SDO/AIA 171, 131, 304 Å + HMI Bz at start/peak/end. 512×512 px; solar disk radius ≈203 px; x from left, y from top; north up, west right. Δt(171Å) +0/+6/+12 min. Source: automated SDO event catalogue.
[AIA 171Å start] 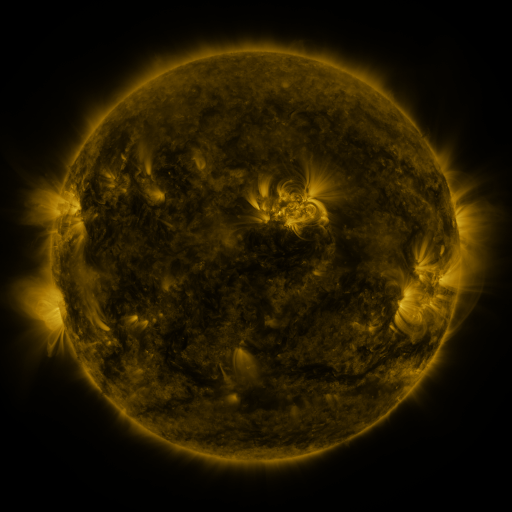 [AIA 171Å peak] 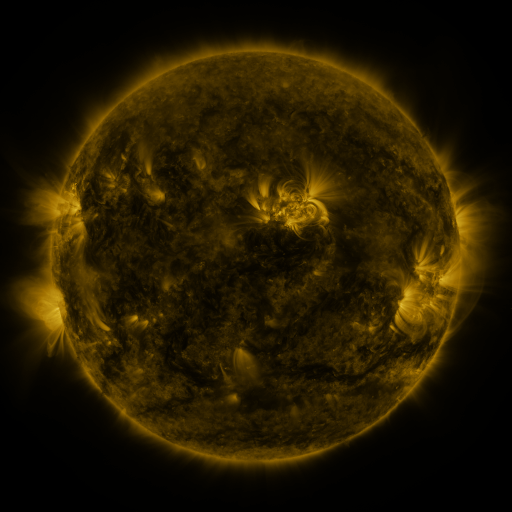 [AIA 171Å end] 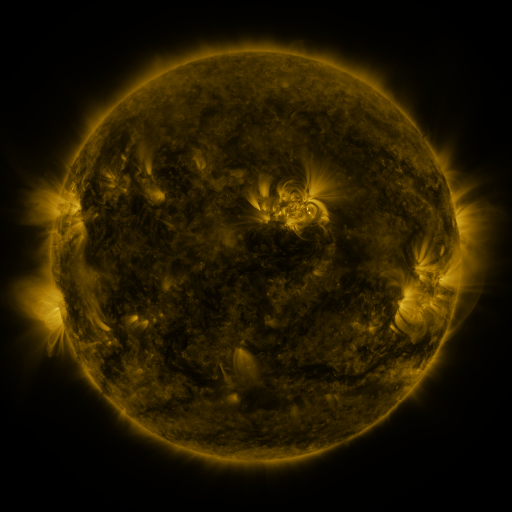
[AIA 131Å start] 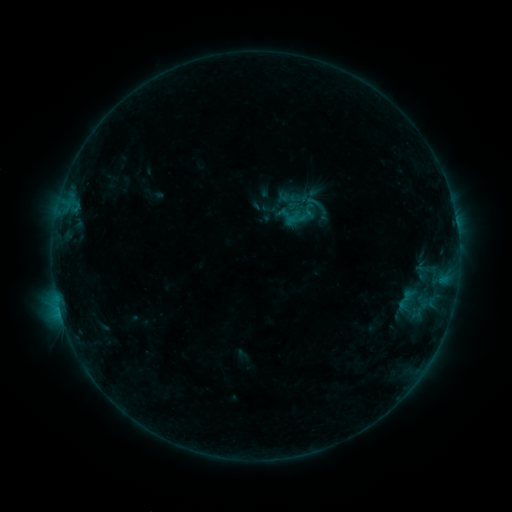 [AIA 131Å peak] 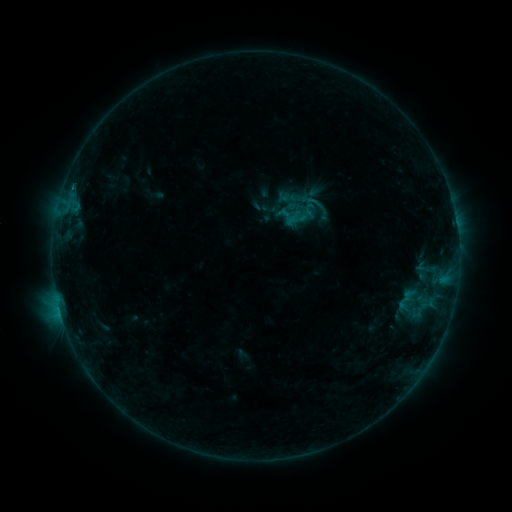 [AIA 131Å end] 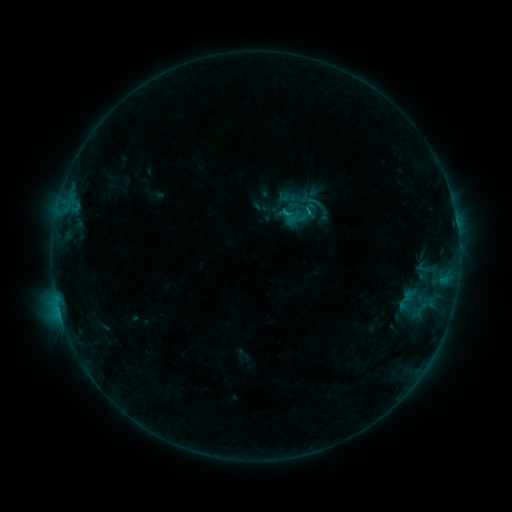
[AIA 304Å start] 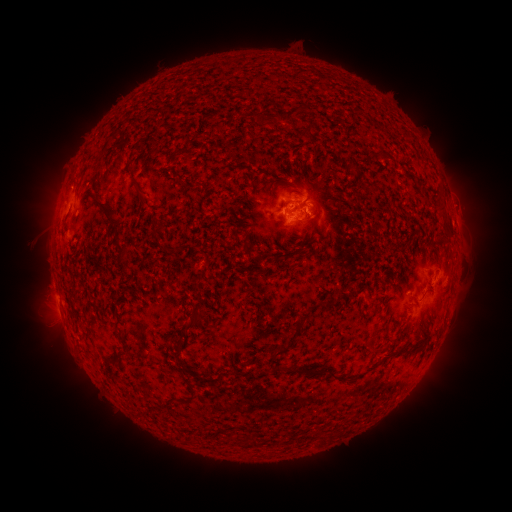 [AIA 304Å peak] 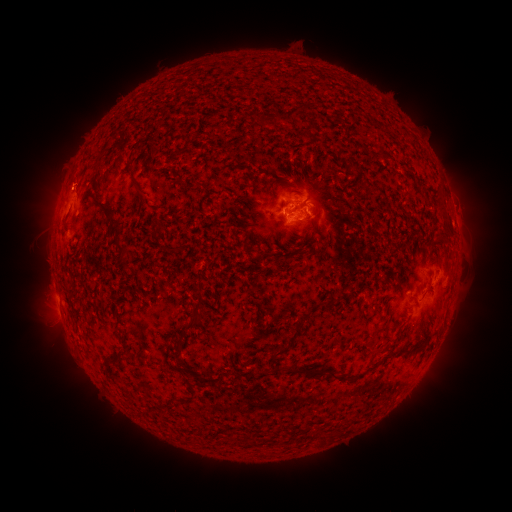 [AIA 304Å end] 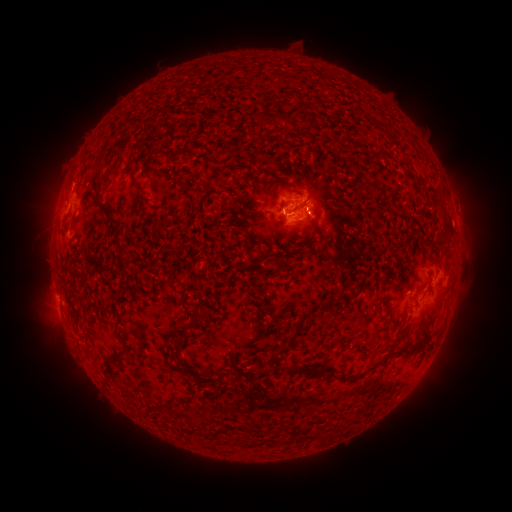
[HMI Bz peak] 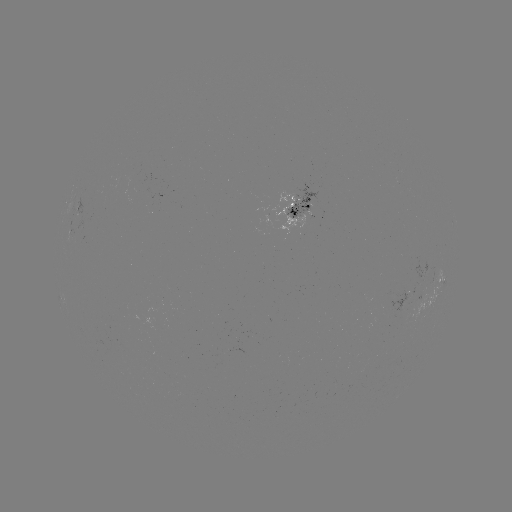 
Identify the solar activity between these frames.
B5.7 flare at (60, 311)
